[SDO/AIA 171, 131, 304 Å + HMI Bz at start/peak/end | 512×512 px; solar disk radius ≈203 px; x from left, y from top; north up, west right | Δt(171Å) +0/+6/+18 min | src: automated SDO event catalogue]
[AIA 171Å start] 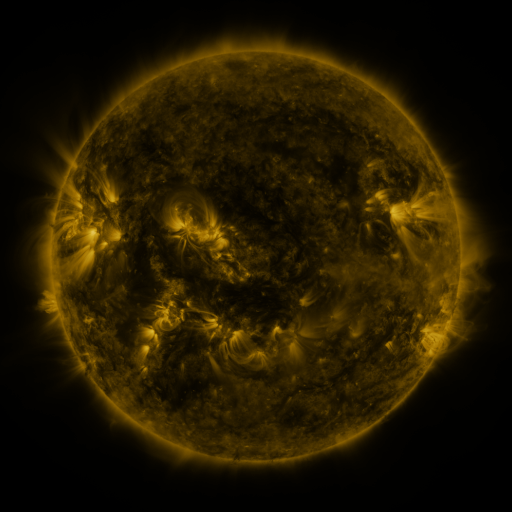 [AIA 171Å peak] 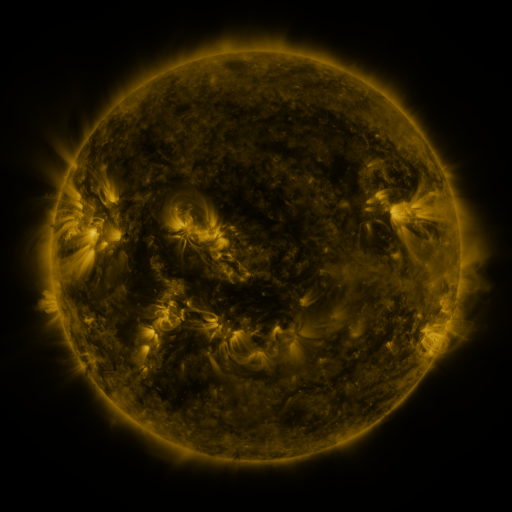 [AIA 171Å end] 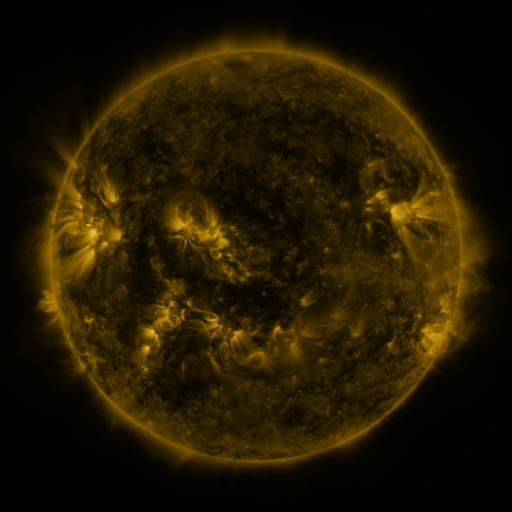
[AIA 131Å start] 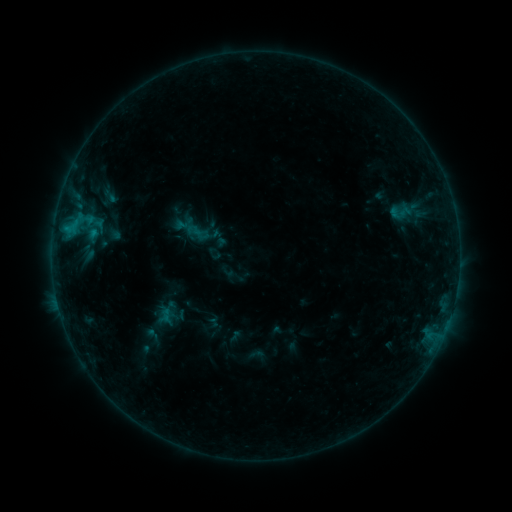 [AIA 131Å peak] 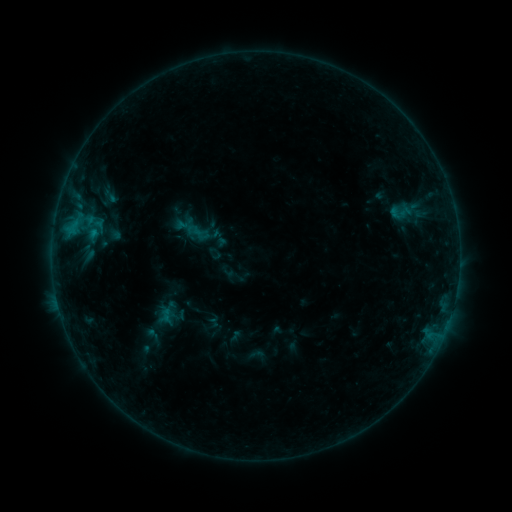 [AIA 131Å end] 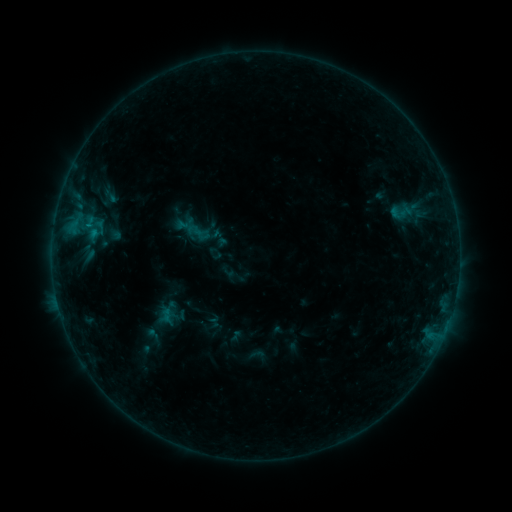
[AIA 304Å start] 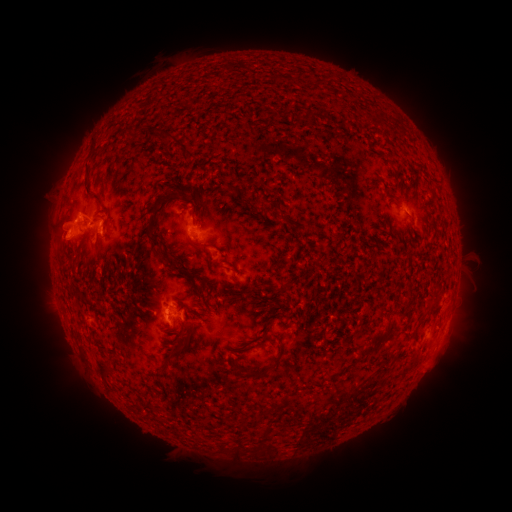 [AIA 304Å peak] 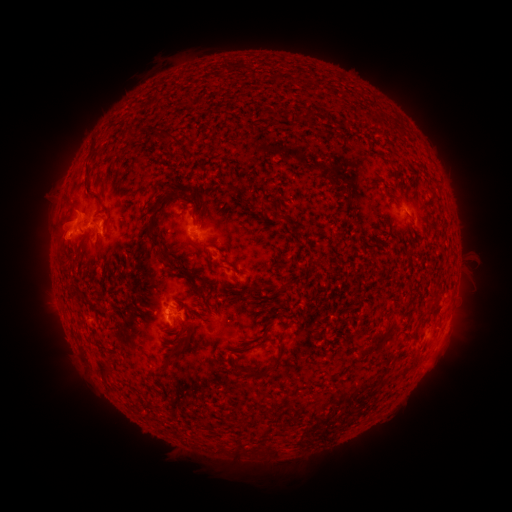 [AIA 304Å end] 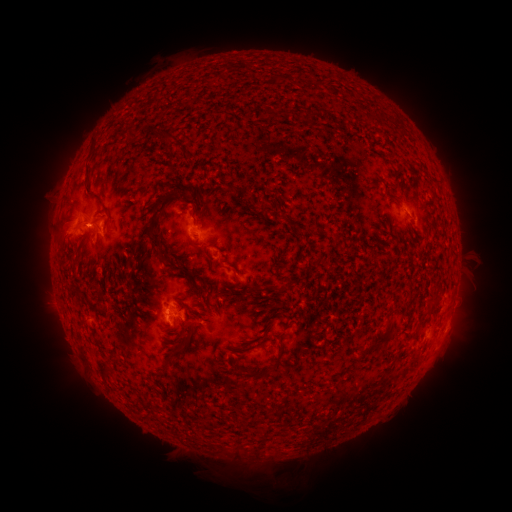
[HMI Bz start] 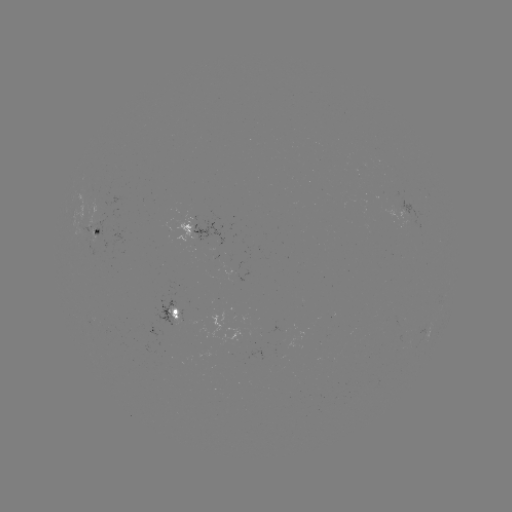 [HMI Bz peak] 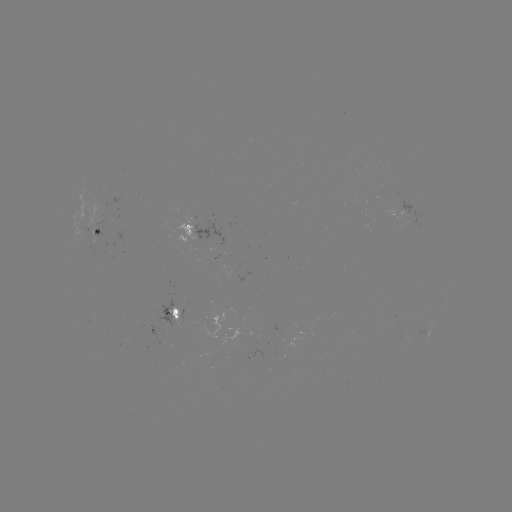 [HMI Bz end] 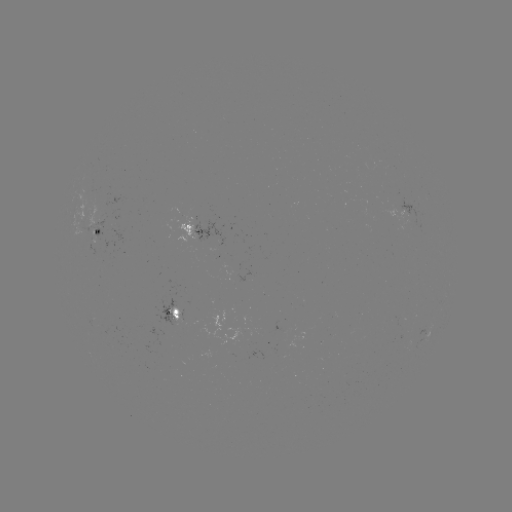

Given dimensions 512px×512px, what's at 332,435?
eruption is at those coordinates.